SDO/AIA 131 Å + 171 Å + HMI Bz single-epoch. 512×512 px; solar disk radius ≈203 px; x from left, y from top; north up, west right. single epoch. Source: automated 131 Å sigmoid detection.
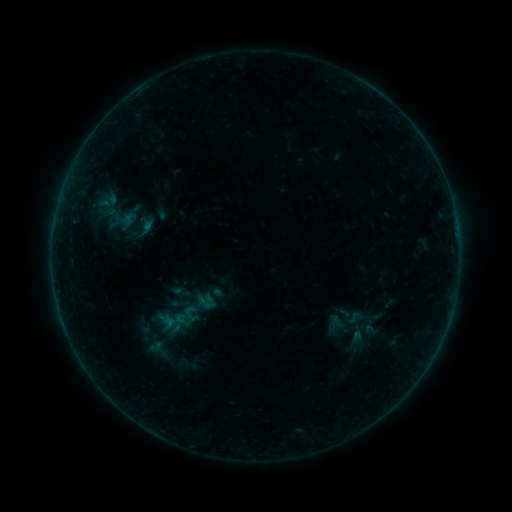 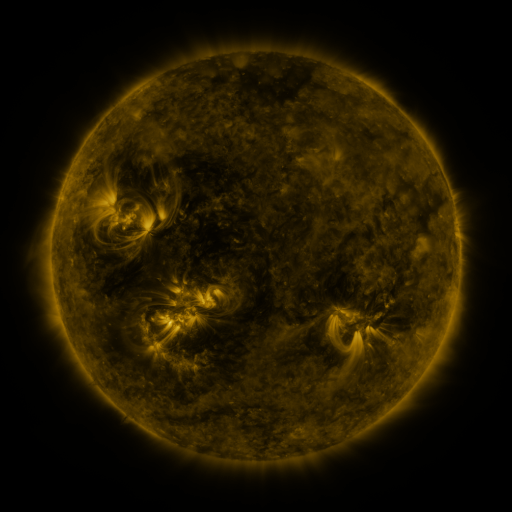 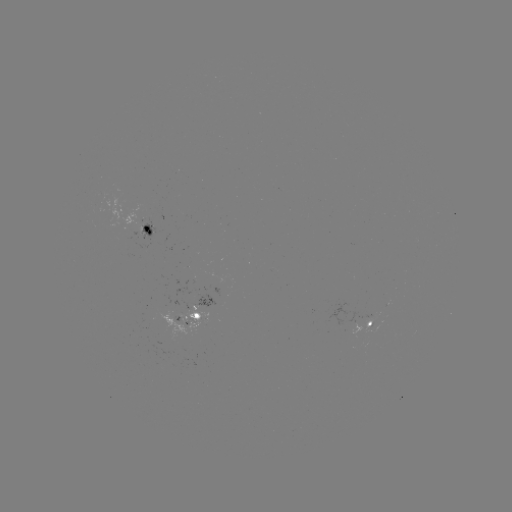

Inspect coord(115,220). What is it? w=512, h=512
sigmoid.